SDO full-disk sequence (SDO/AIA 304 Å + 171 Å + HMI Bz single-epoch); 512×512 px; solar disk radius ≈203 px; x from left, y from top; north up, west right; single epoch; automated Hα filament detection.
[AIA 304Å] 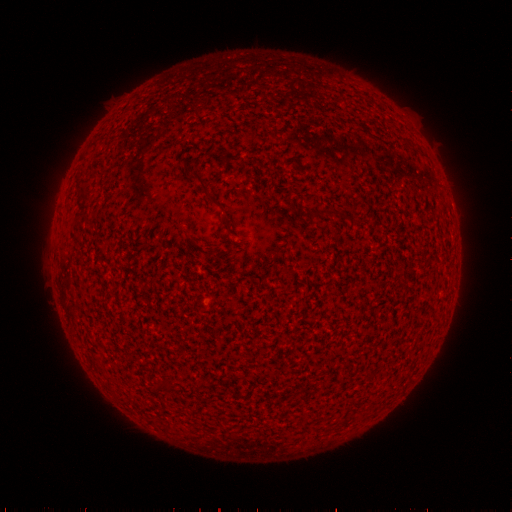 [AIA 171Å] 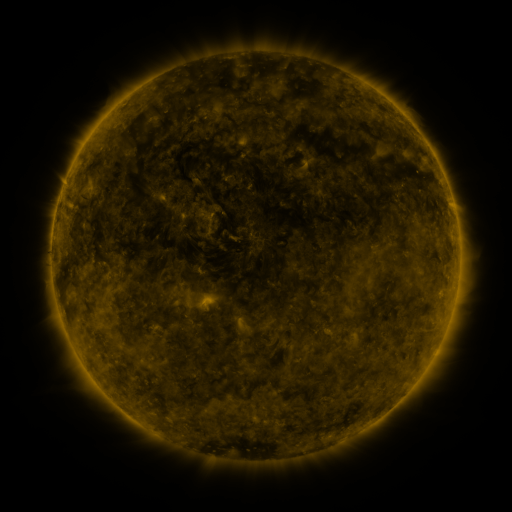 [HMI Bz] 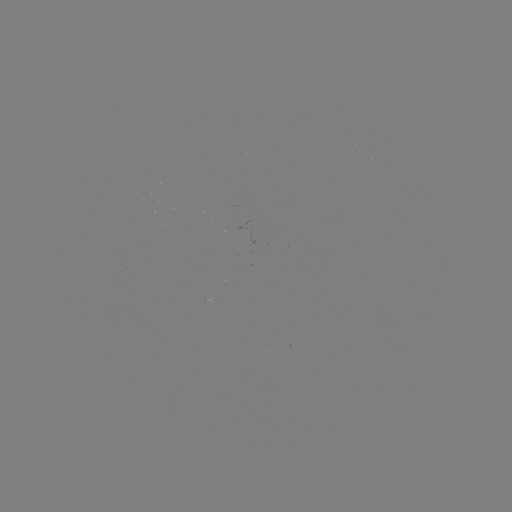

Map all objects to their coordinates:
filament: (188, 172, 216, 203)
filament: (78, 191, 91, 202)
filament: (308, 207, 338, 221)
